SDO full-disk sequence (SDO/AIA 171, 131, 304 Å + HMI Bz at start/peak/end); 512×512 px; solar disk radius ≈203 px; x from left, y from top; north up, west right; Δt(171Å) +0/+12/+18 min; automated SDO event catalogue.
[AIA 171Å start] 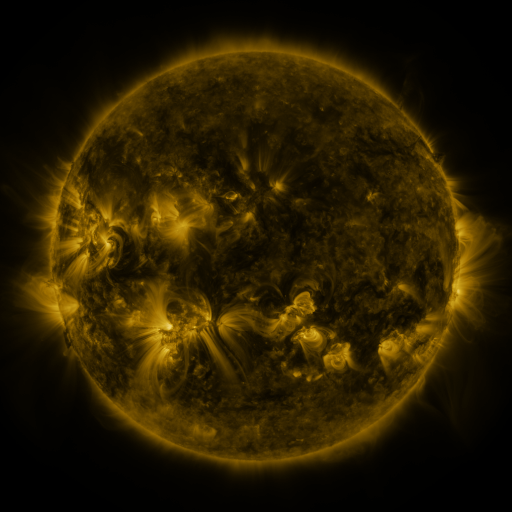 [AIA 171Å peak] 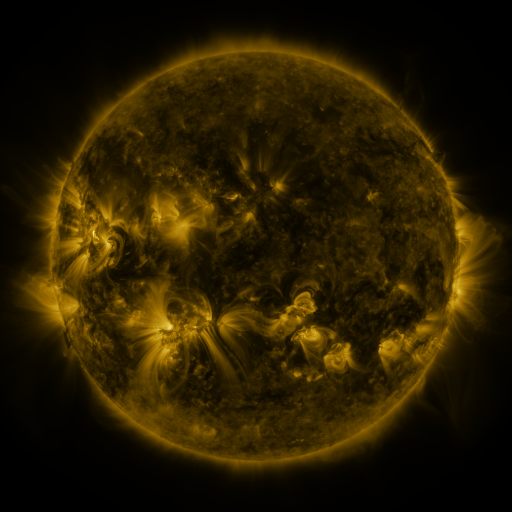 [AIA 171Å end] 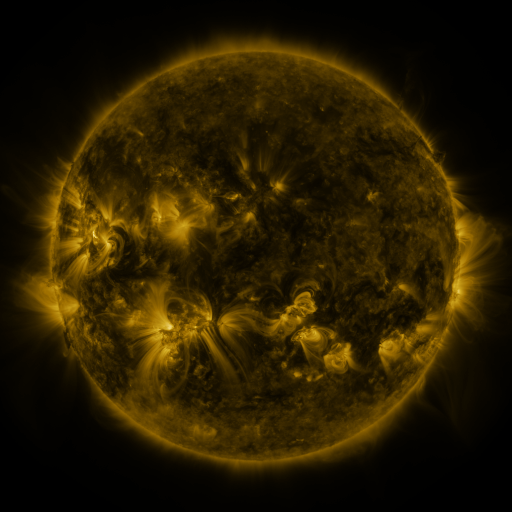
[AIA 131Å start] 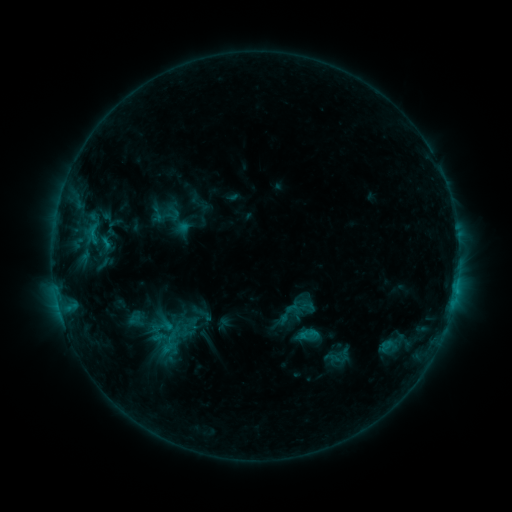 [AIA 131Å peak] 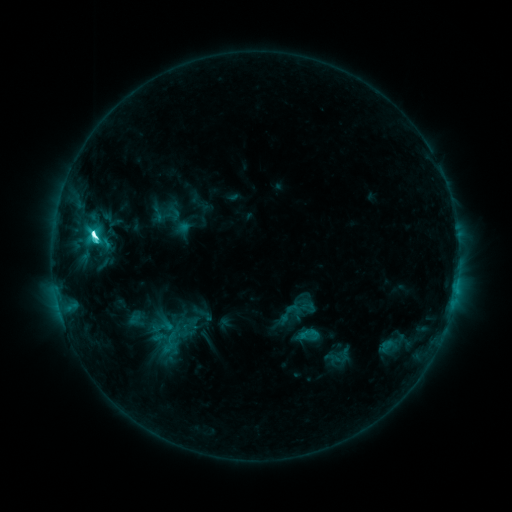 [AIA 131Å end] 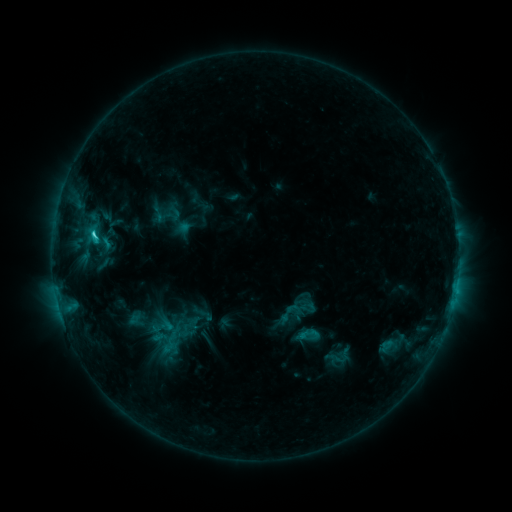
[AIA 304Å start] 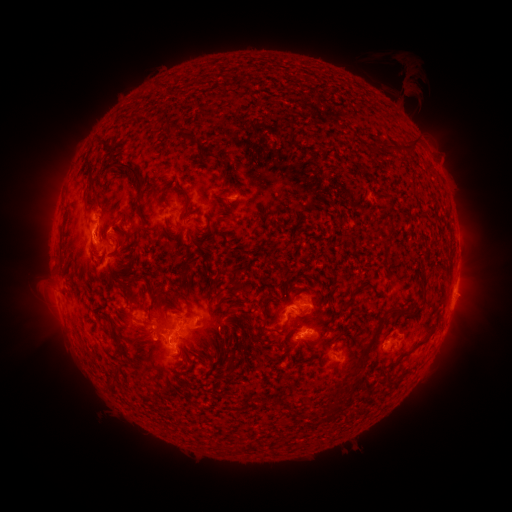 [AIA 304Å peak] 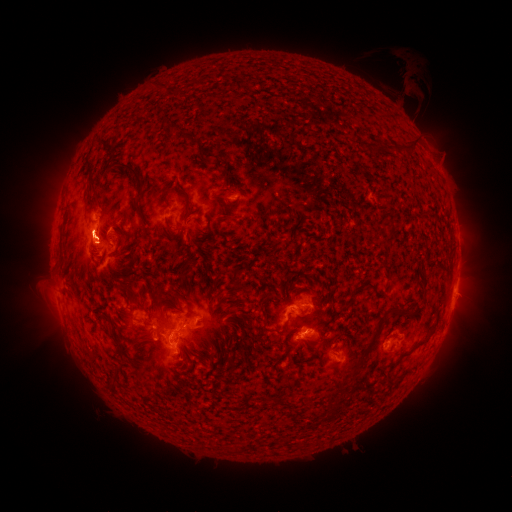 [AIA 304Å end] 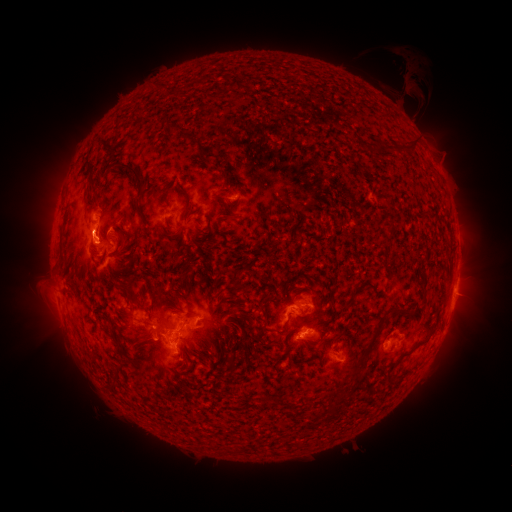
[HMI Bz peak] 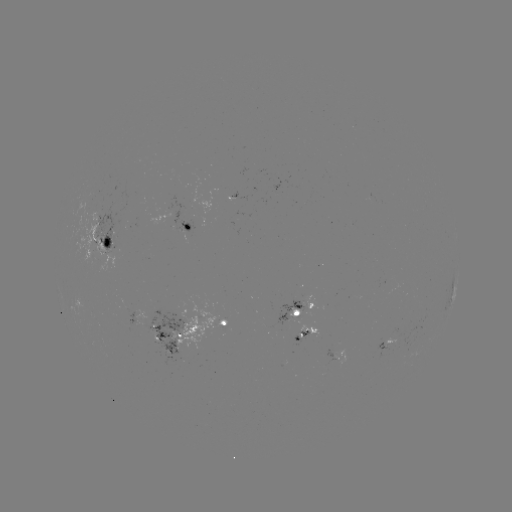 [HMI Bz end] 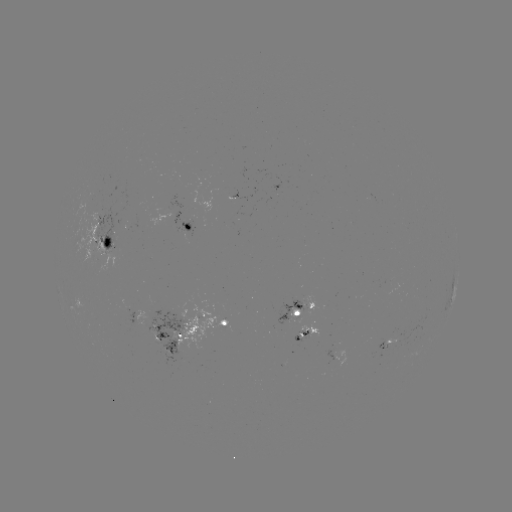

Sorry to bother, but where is M1.0 flare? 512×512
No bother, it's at [94, 237].